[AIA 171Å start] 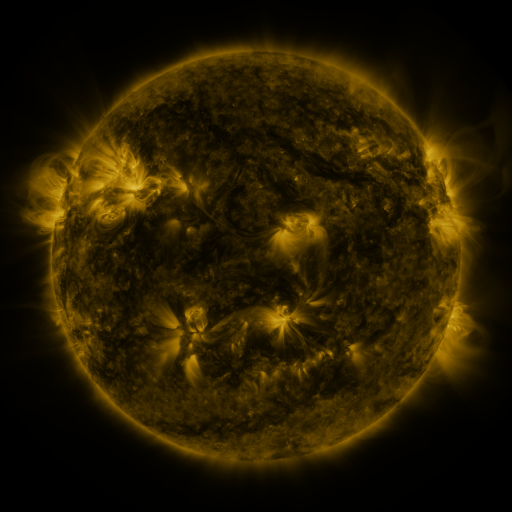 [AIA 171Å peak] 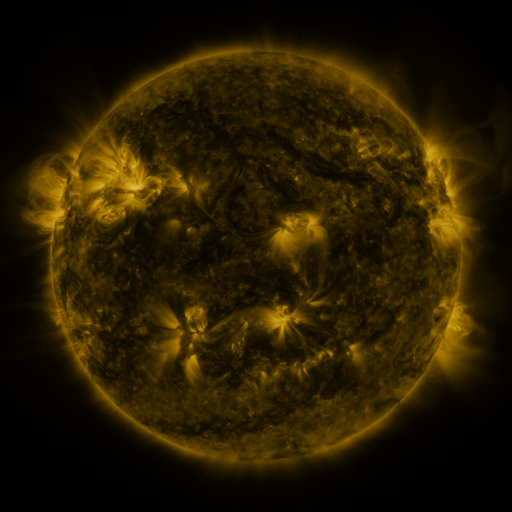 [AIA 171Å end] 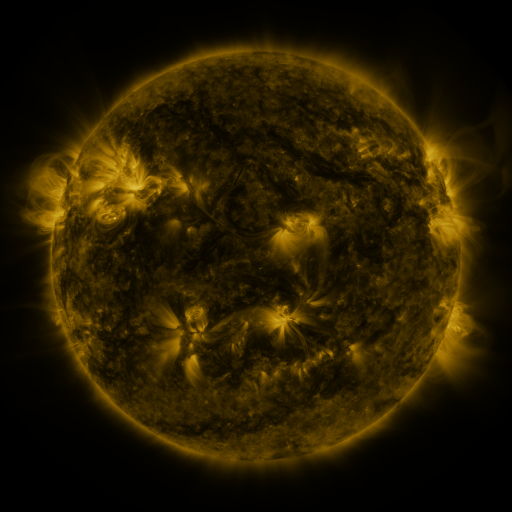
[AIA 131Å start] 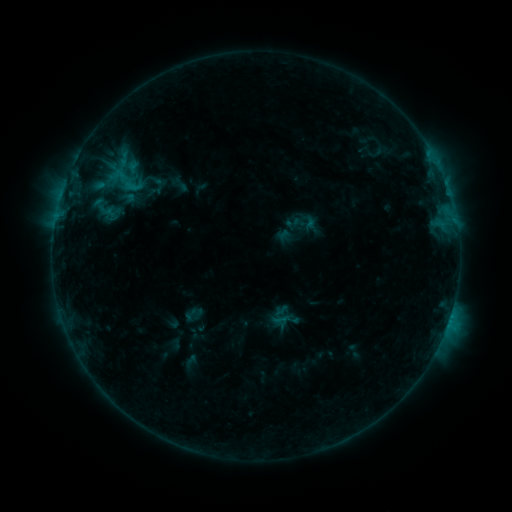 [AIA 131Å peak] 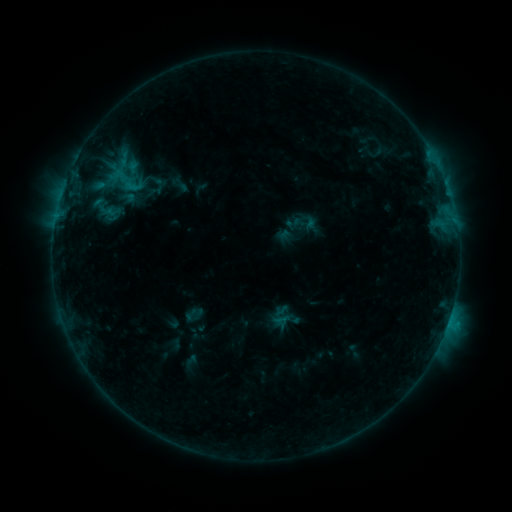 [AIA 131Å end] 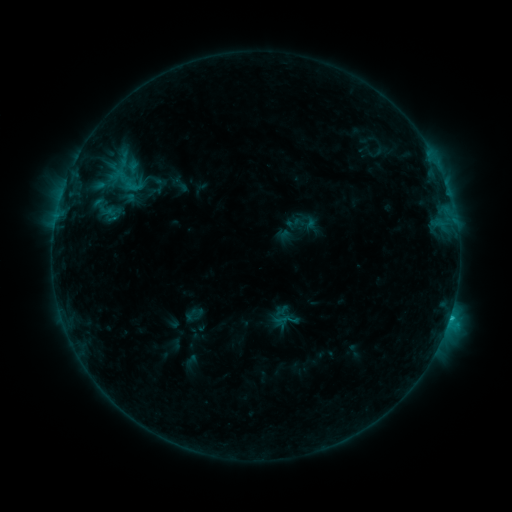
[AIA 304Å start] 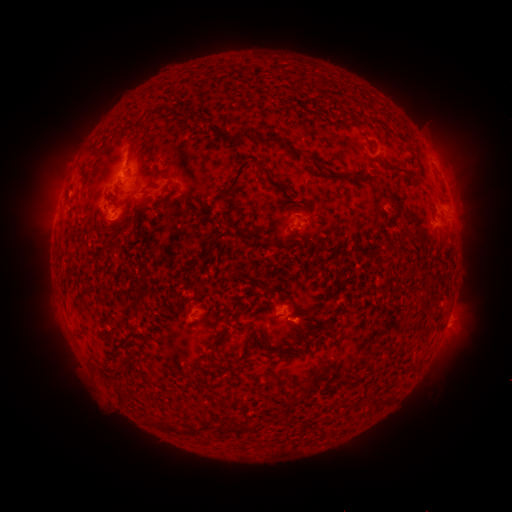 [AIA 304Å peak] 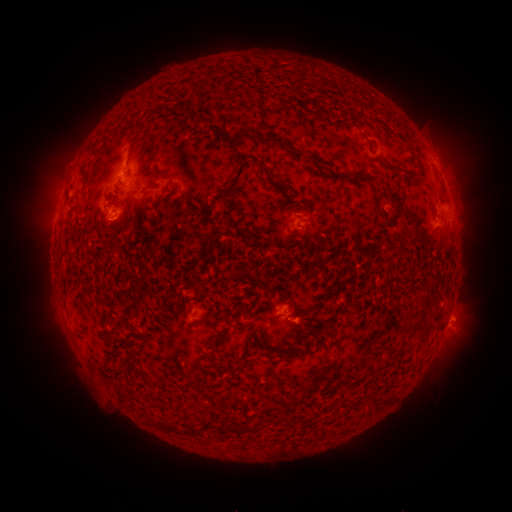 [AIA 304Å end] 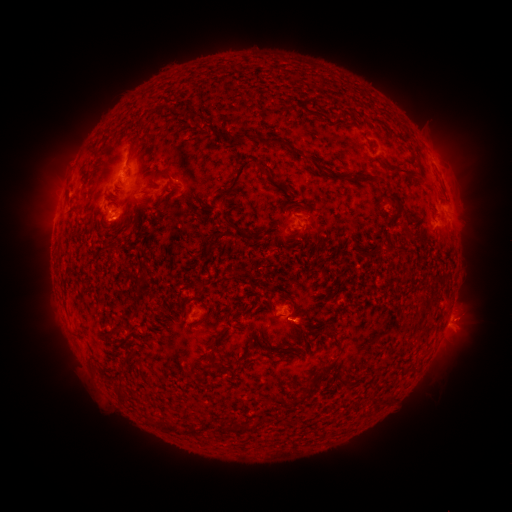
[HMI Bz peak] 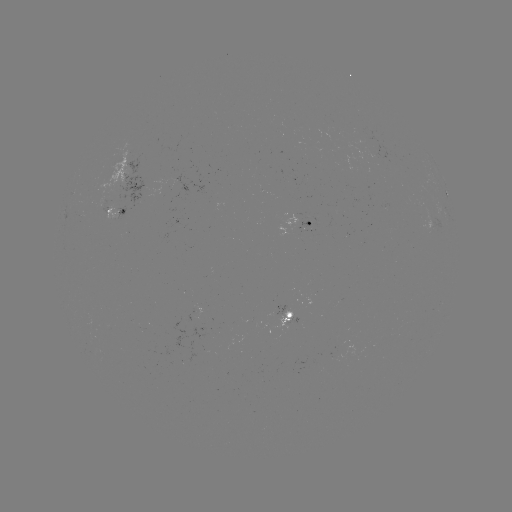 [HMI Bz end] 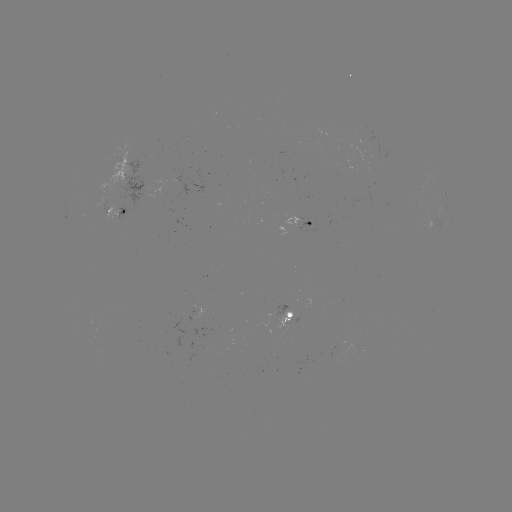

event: eruption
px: (462, 320)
